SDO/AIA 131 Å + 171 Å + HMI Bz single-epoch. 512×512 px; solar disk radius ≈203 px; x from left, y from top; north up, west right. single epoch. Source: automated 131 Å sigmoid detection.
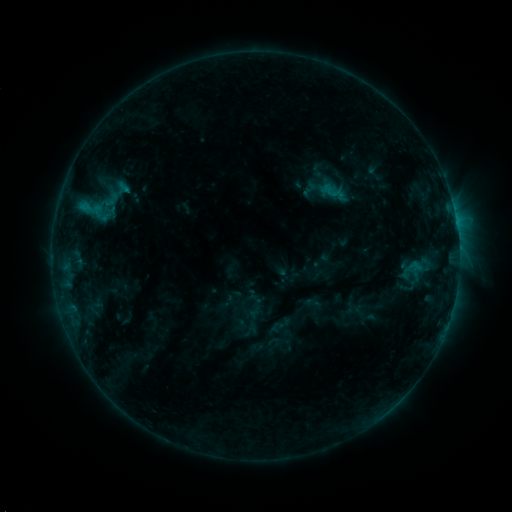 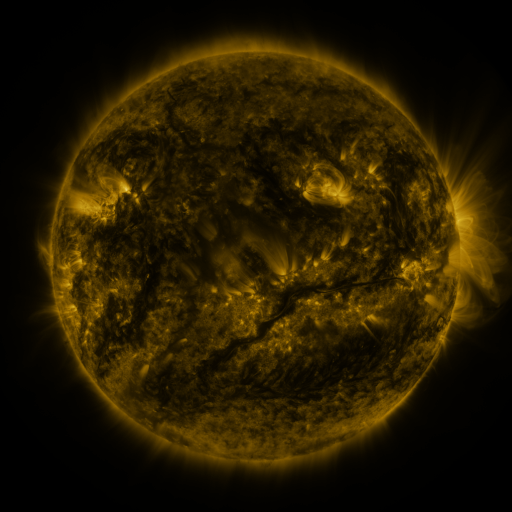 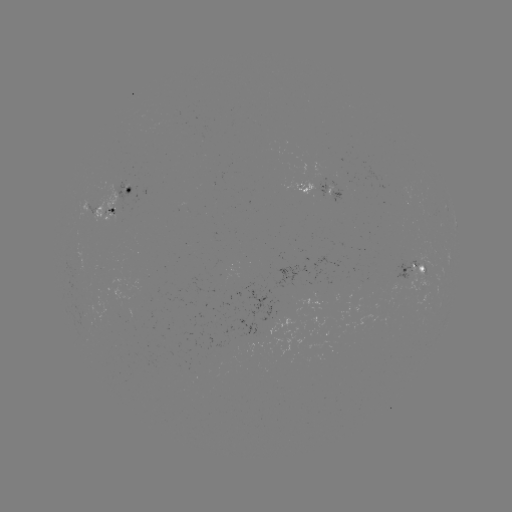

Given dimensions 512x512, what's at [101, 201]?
sigmoid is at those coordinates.